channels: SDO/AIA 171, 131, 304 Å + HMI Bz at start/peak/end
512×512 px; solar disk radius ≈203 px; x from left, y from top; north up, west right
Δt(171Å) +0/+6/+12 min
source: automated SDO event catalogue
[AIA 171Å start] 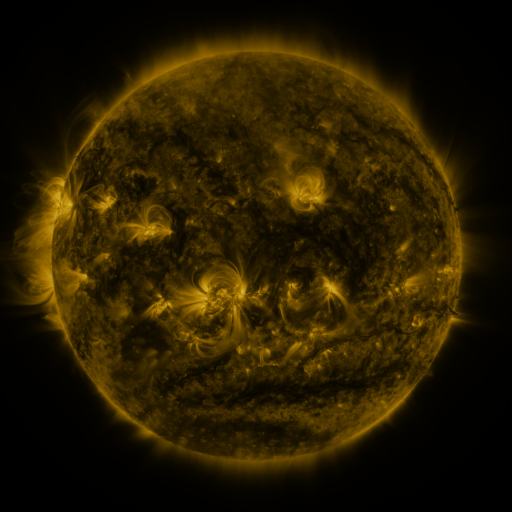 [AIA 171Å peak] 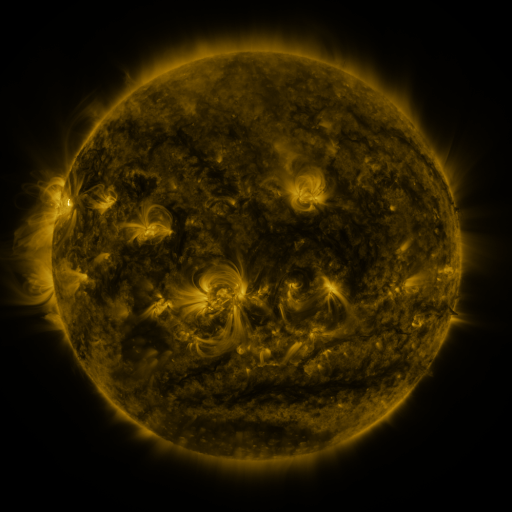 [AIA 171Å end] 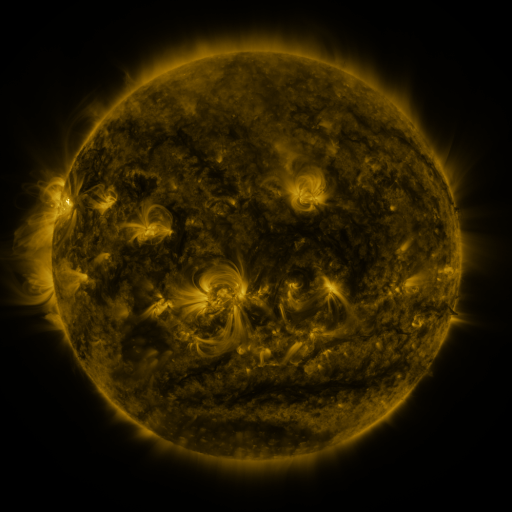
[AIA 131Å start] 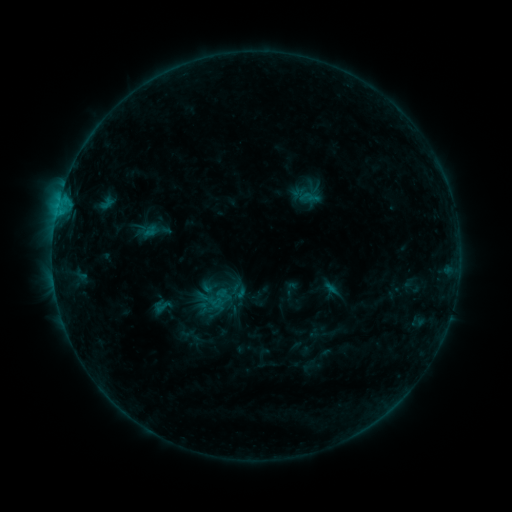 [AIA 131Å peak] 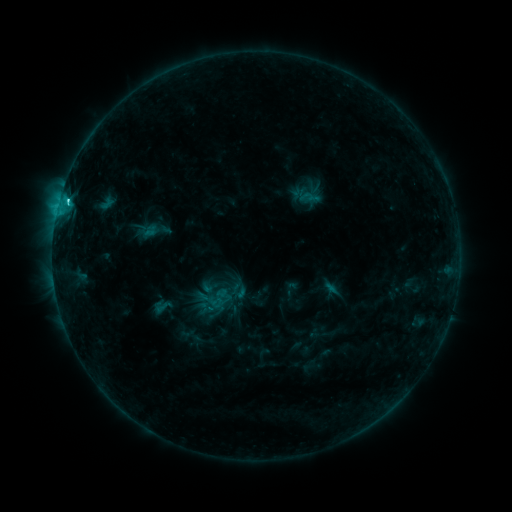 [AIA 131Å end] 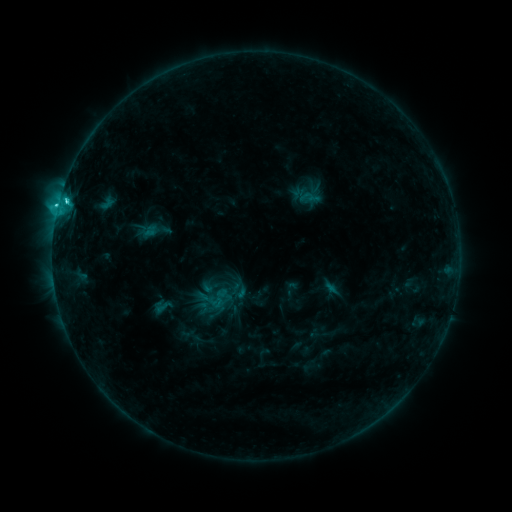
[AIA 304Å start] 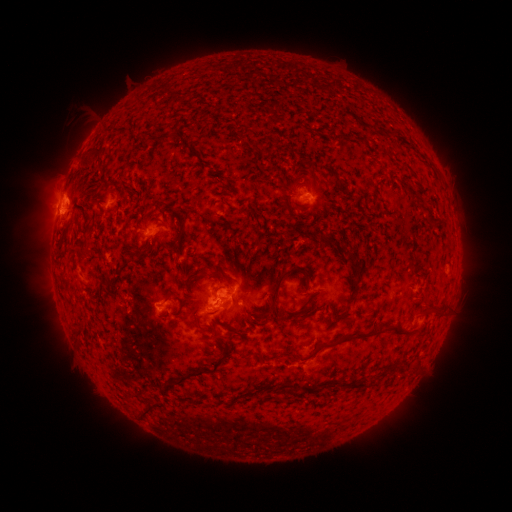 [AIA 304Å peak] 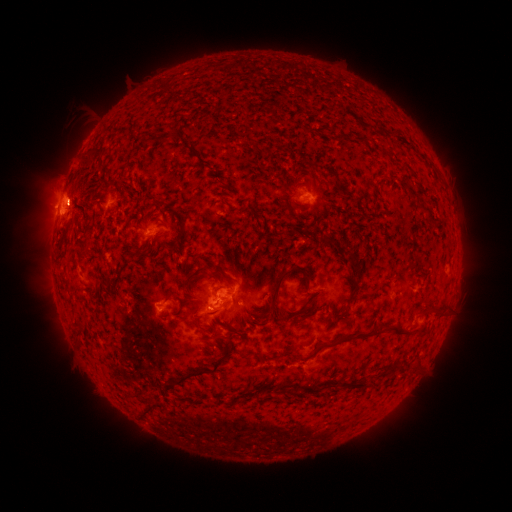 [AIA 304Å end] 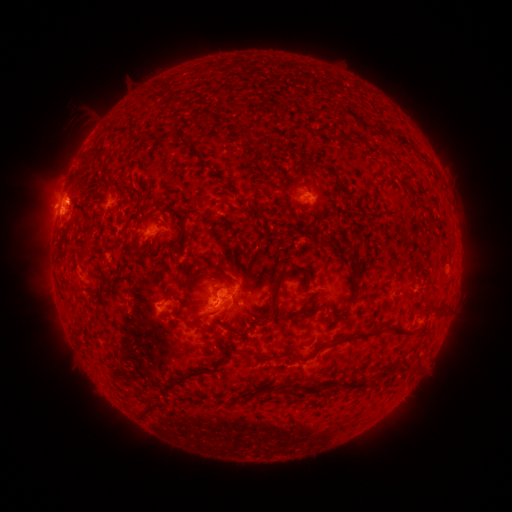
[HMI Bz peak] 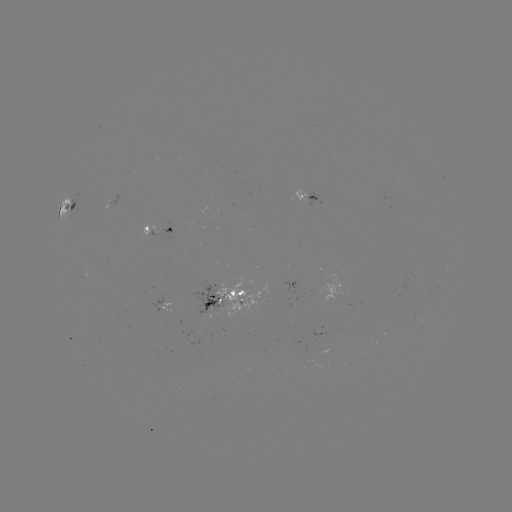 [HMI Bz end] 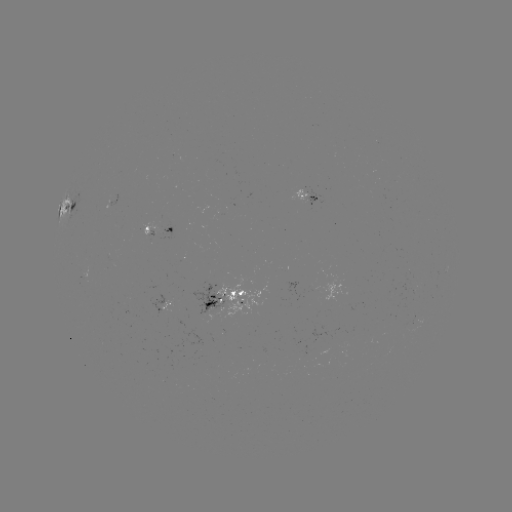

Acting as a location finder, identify C3.9 flare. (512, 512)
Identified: [212, 306].